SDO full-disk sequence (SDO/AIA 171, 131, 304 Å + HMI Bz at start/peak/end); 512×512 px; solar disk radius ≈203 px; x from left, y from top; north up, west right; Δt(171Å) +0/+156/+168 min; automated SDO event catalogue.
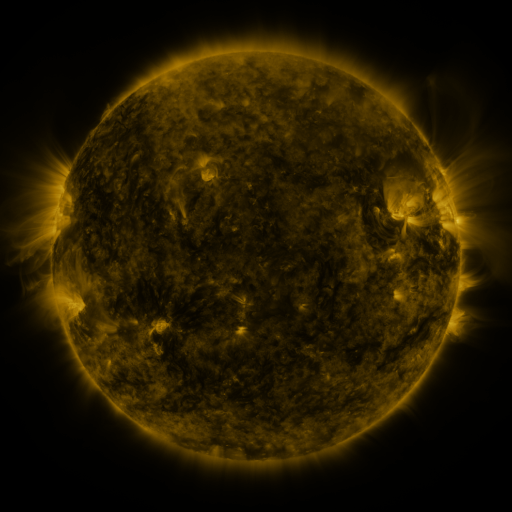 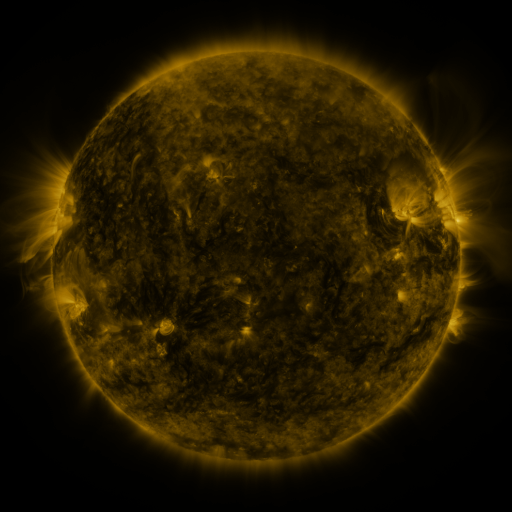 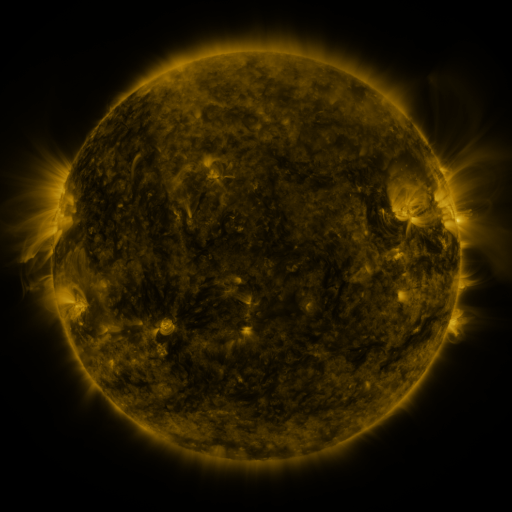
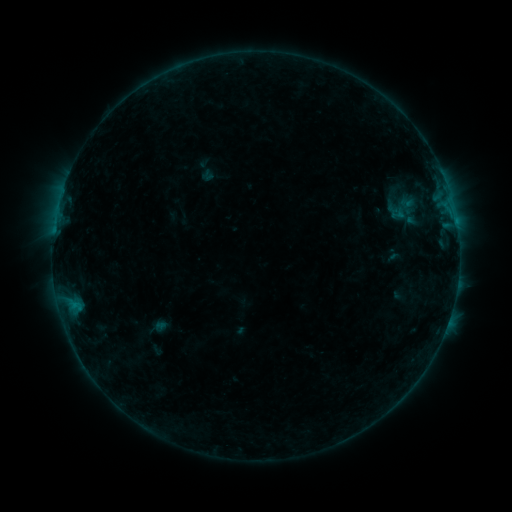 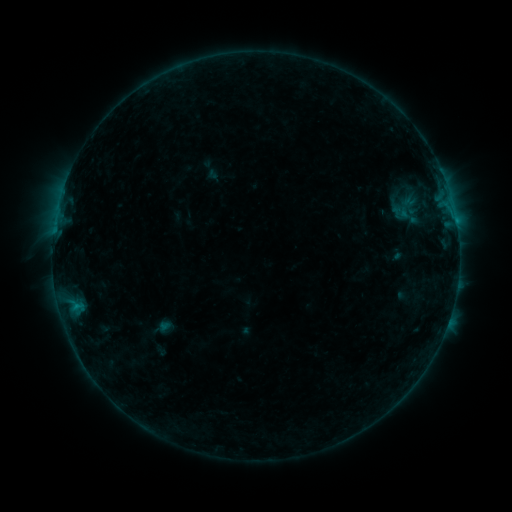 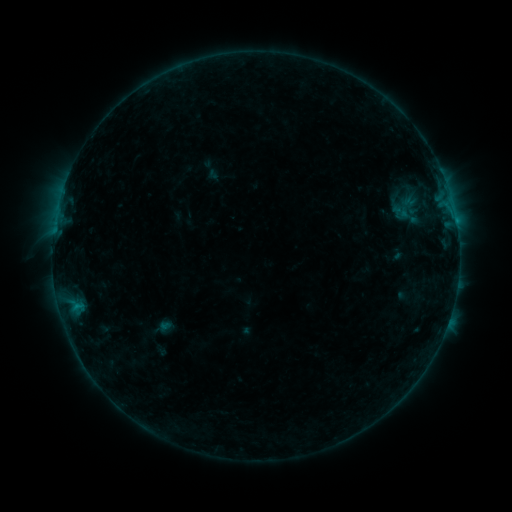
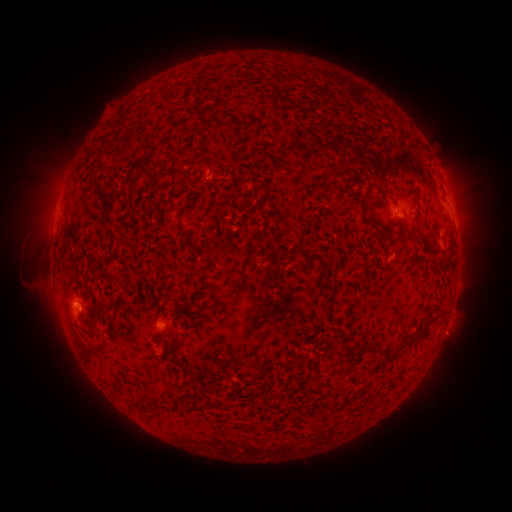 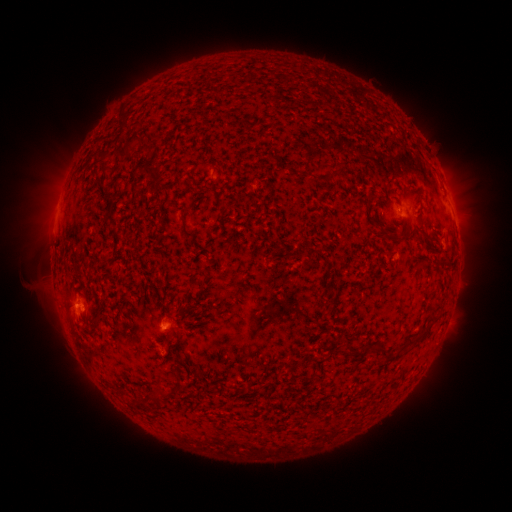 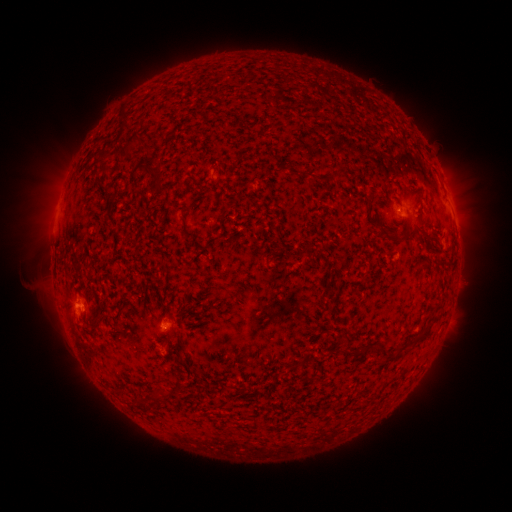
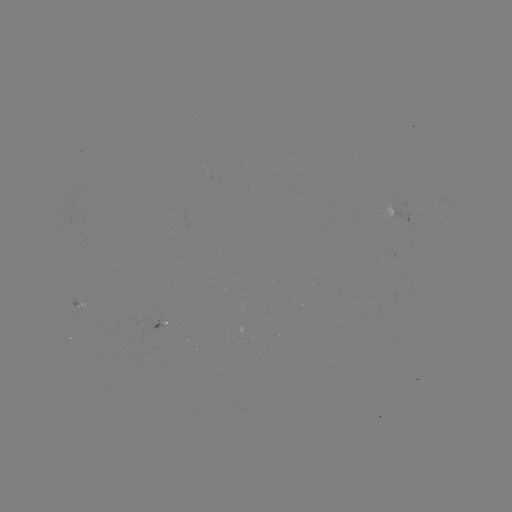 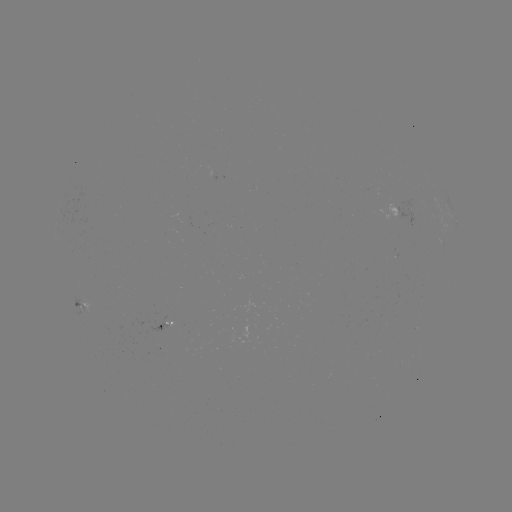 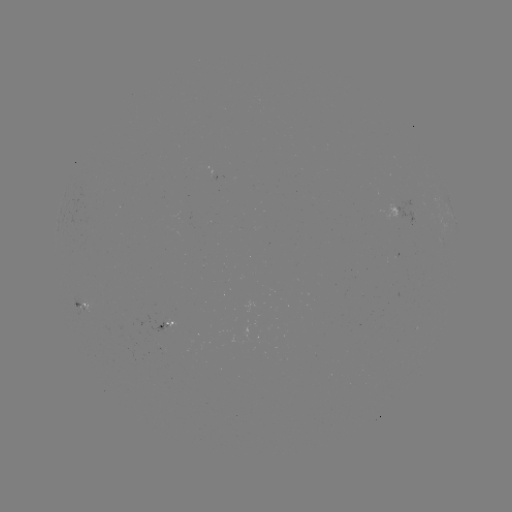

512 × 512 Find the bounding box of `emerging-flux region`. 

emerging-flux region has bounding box [147, 315, 169, 332].